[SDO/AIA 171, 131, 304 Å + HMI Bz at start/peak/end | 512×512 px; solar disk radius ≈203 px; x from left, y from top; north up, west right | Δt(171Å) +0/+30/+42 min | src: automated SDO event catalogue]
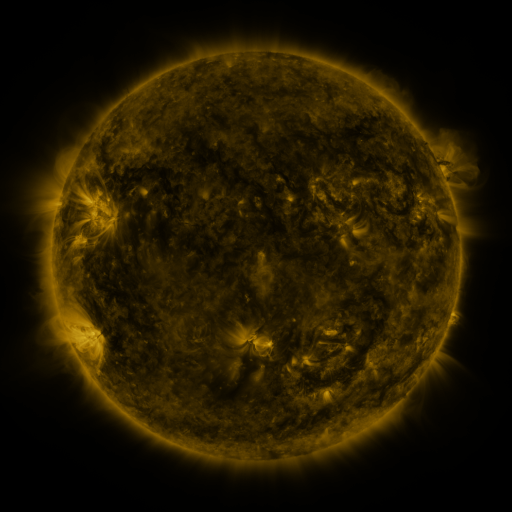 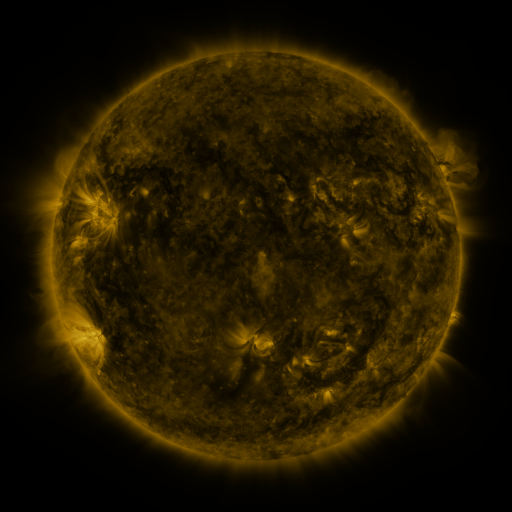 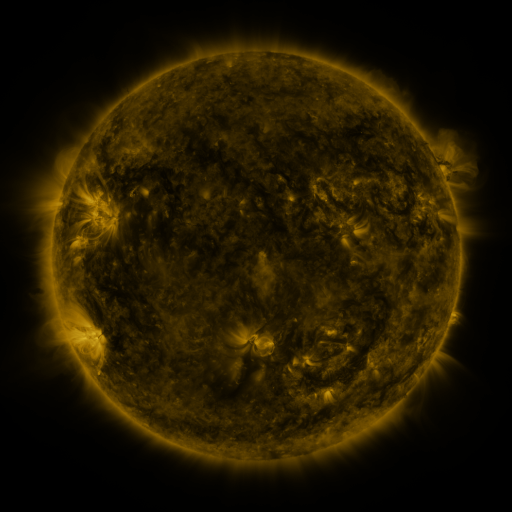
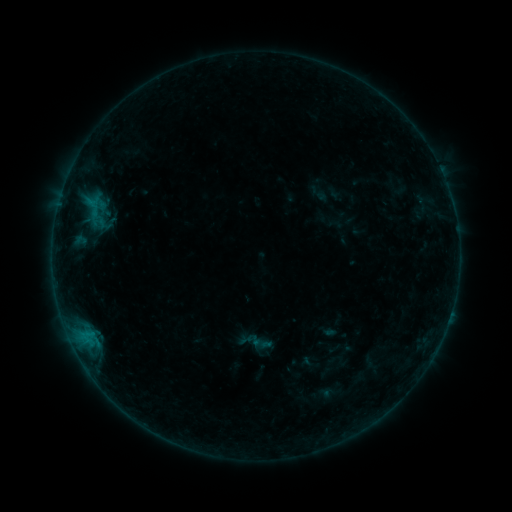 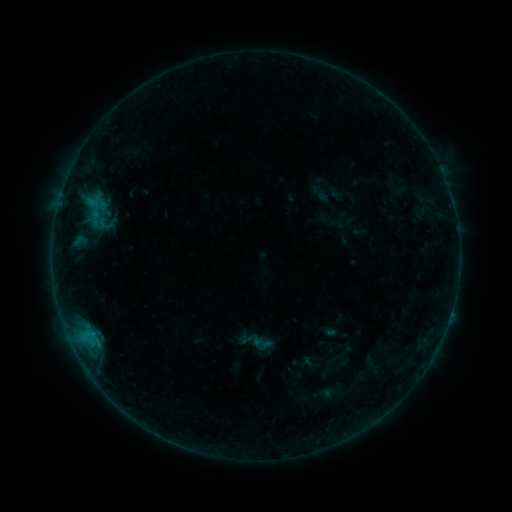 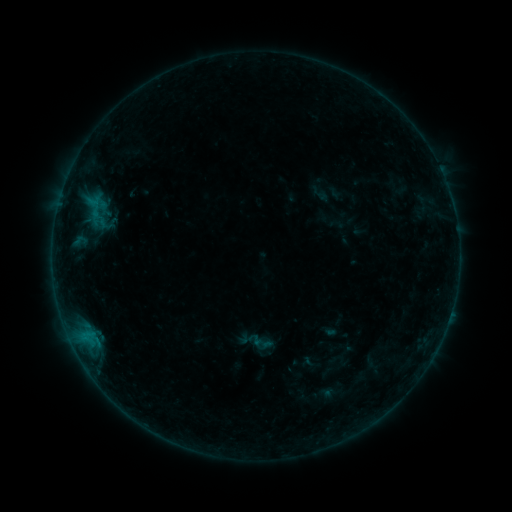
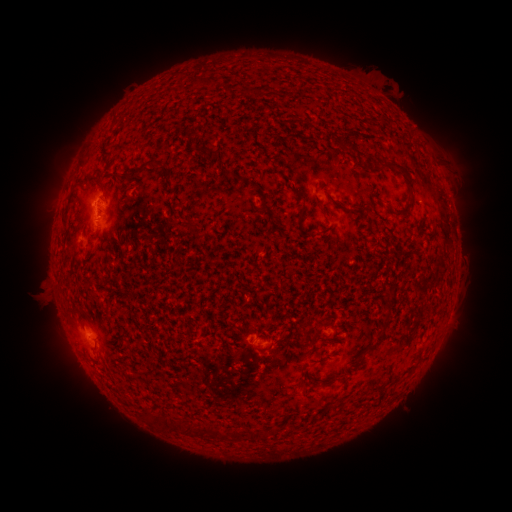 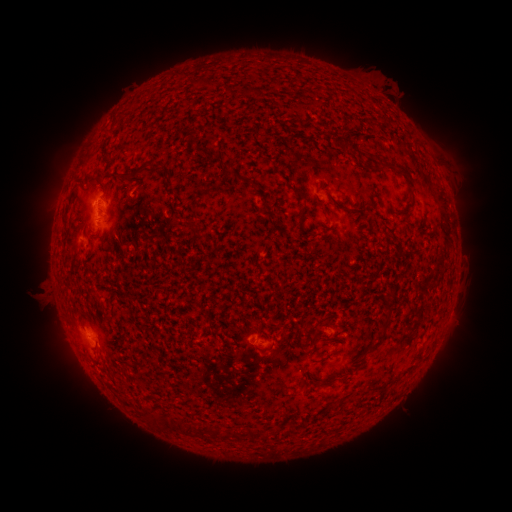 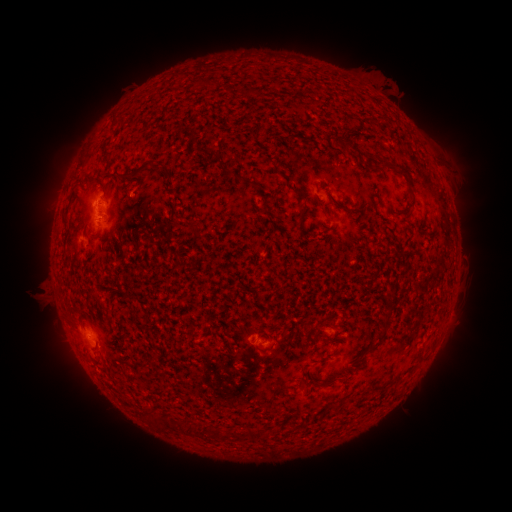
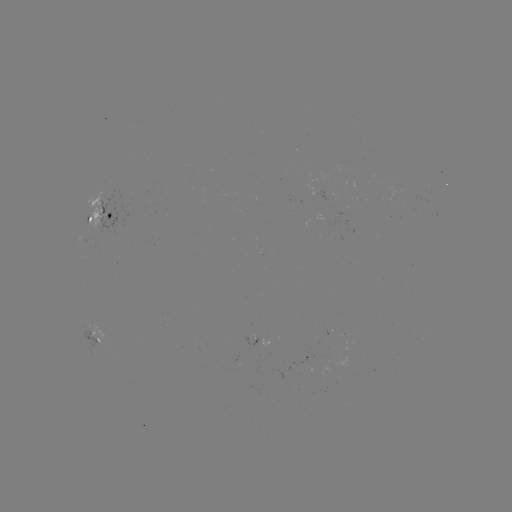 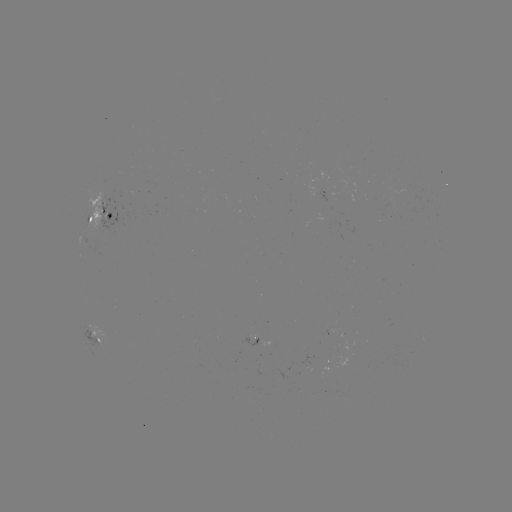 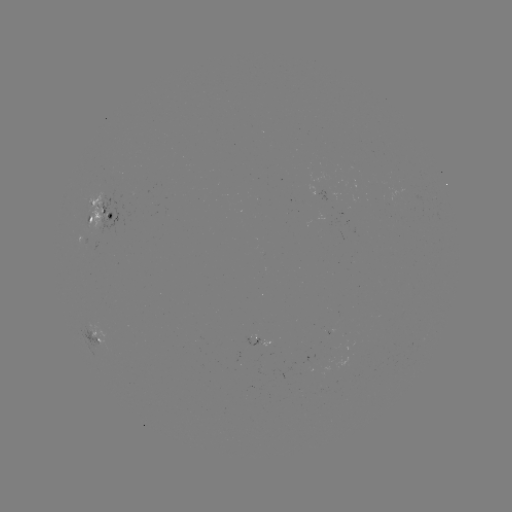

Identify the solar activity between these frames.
no classed flare was catalogued and no EUV brightening was flagged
